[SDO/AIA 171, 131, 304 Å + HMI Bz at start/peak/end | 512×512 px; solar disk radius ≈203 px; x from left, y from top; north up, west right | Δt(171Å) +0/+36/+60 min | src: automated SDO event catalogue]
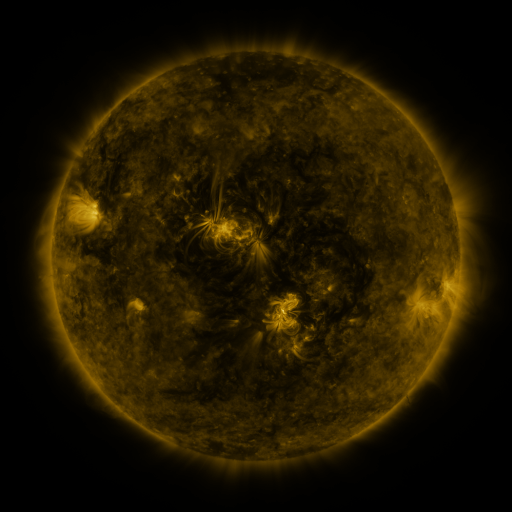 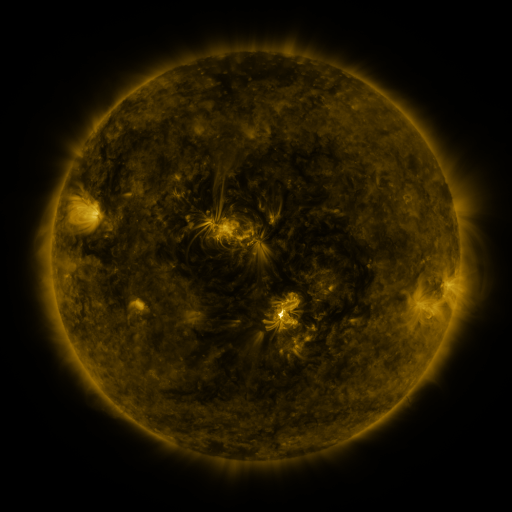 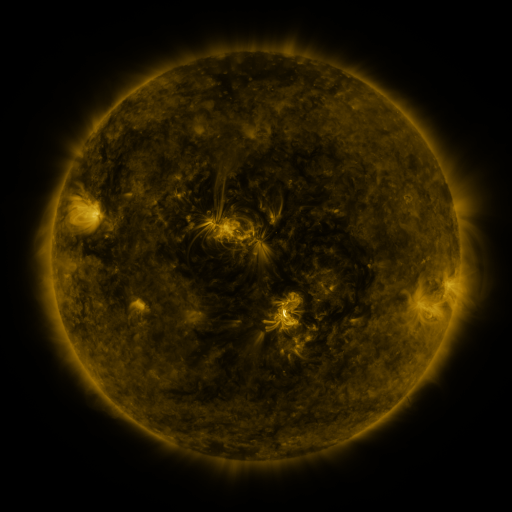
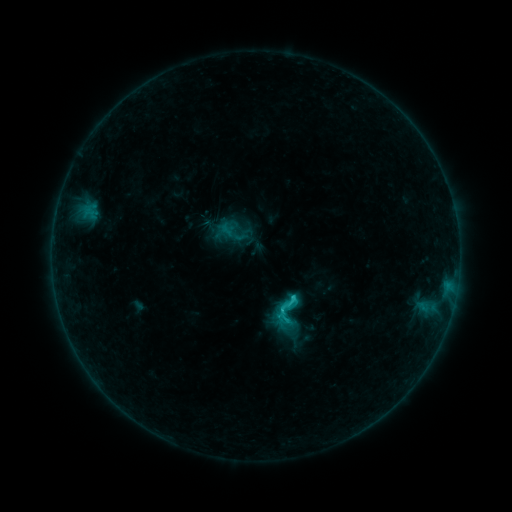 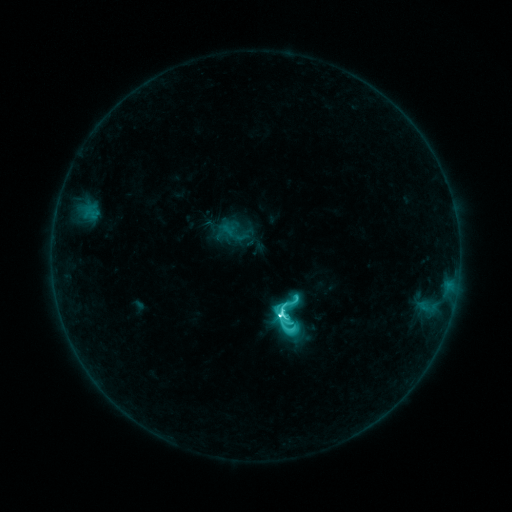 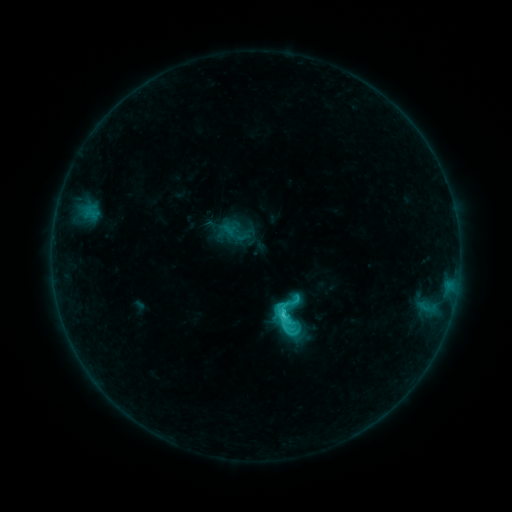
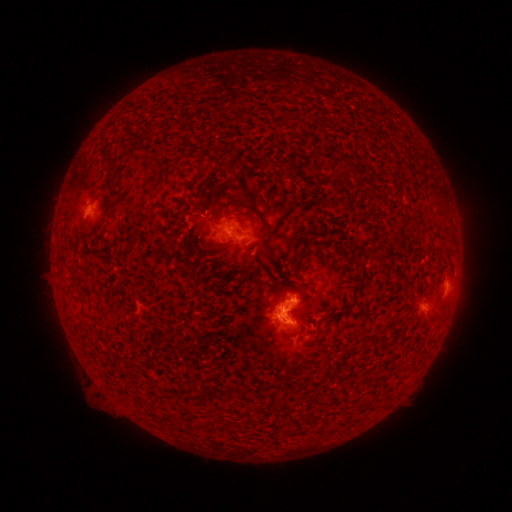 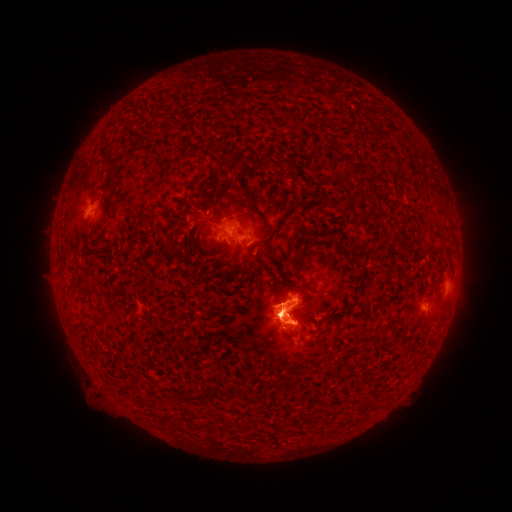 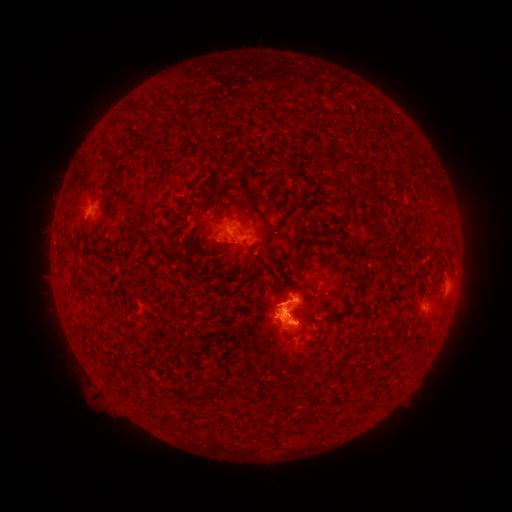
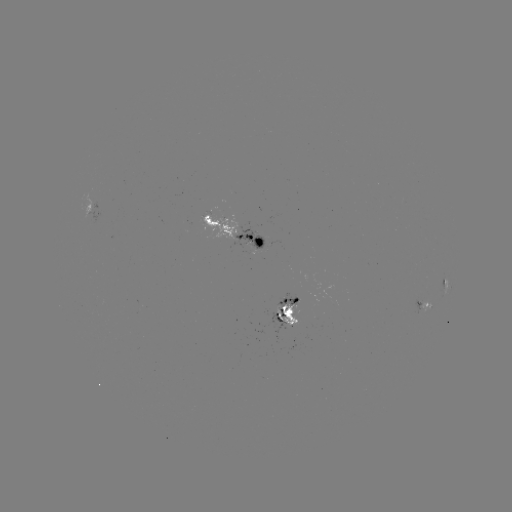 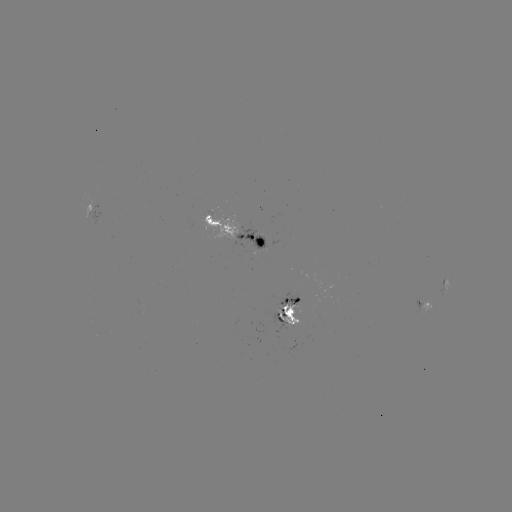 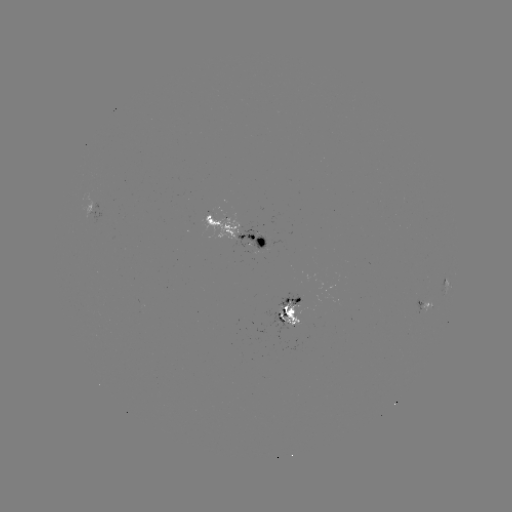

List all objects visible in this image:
C8.4 flare: (280, 312)
